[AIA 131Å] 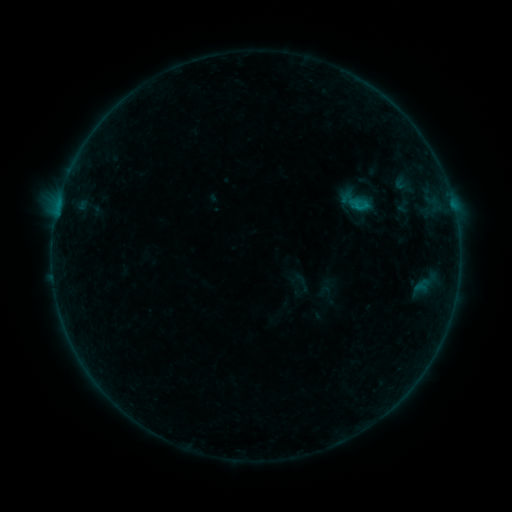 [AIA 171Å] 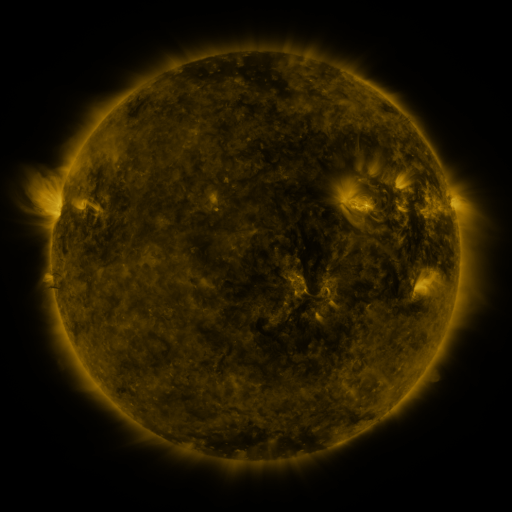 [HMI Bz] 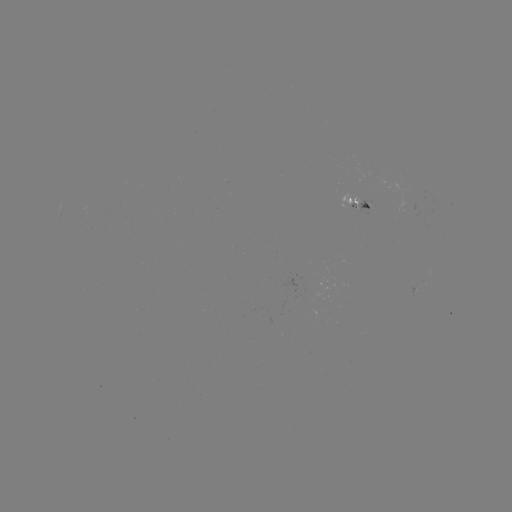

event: sigmoid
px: (360, 205)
